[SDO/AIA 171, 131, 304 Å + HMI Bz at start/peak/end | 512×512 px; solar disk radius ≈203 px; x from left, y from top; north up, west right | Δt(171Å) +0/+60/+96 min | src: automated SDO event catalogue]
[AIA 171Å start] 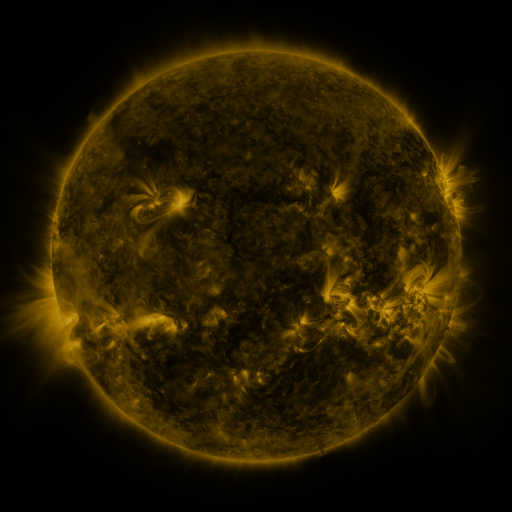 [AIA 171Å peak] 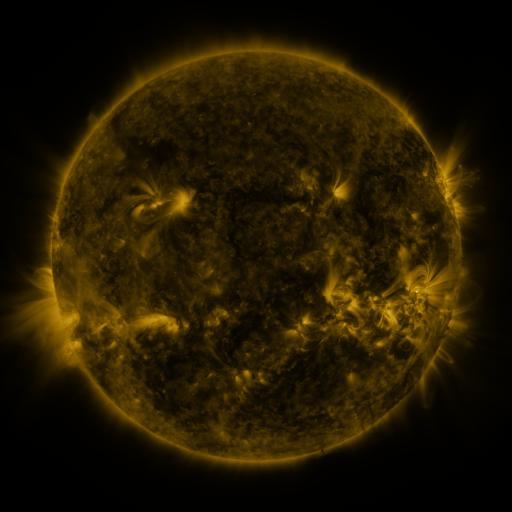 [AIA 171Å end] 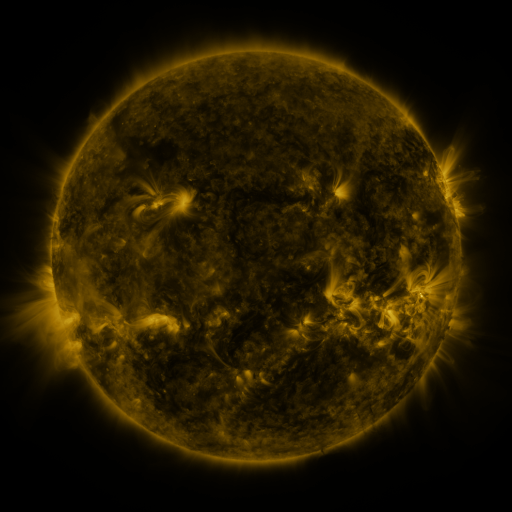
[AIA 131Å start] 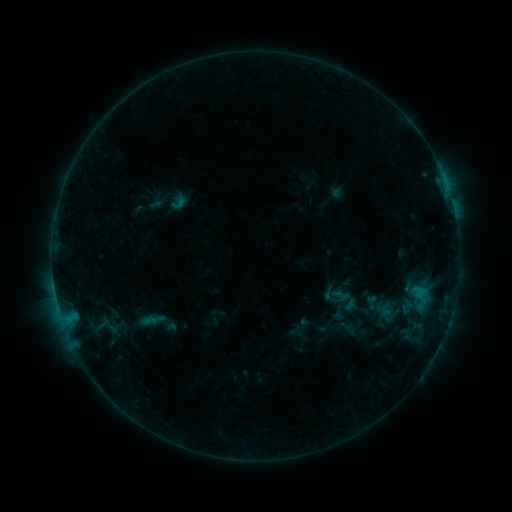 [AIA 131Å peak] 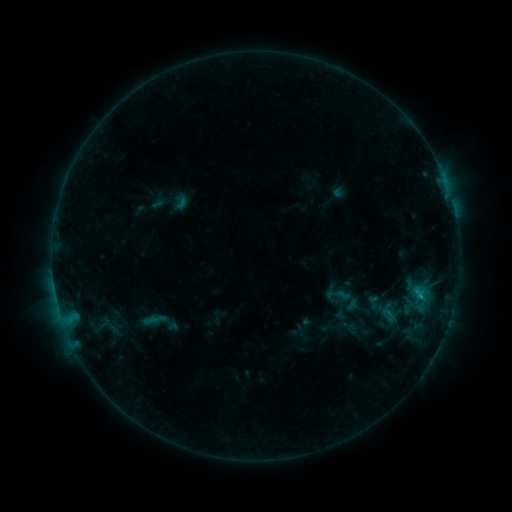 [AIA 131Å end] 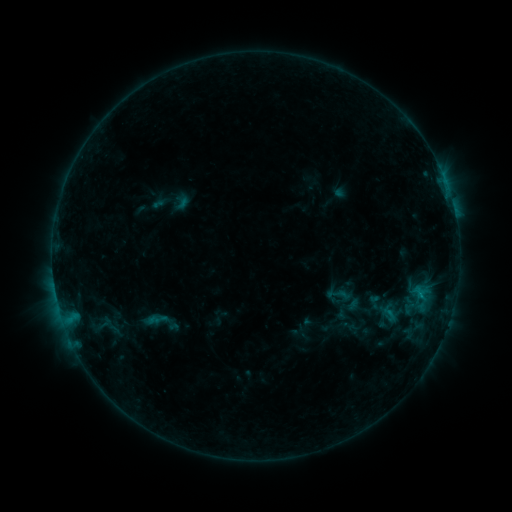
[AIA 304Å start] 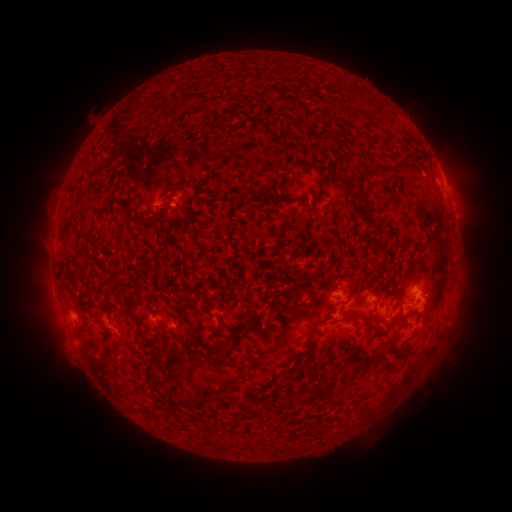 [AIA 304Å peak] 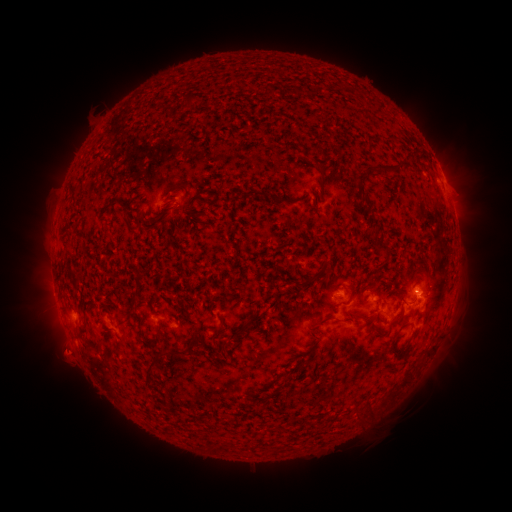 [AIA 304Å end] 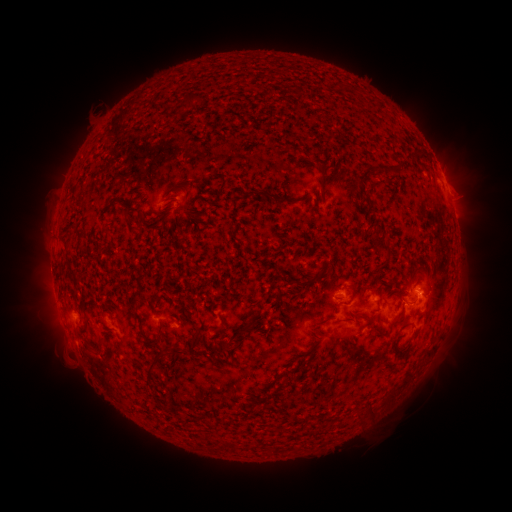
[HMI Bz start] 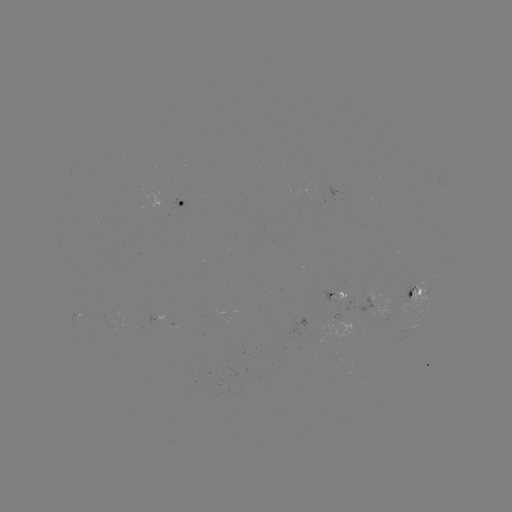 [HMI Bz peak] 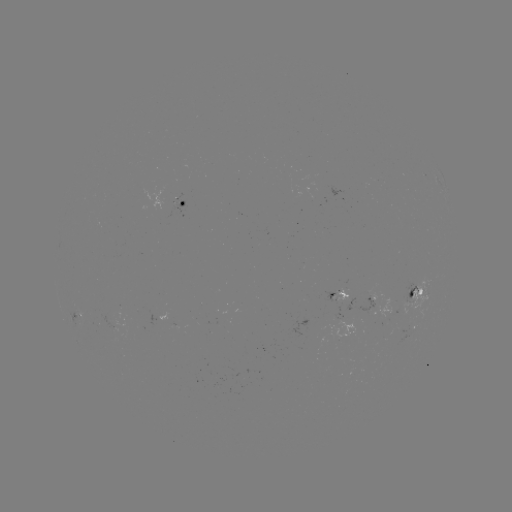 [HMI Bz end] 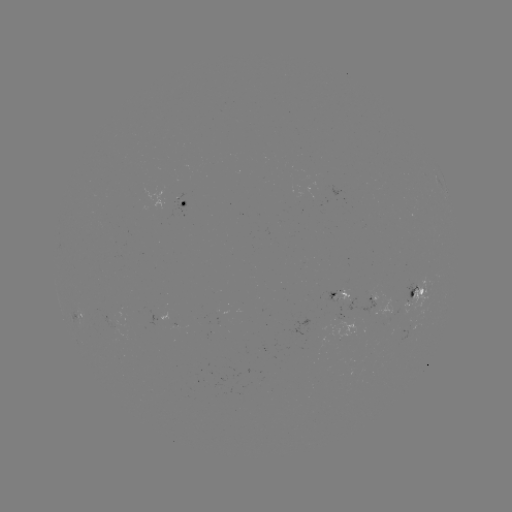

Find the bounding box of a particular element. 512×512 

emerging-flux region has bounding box [98, 312, 116, 328].